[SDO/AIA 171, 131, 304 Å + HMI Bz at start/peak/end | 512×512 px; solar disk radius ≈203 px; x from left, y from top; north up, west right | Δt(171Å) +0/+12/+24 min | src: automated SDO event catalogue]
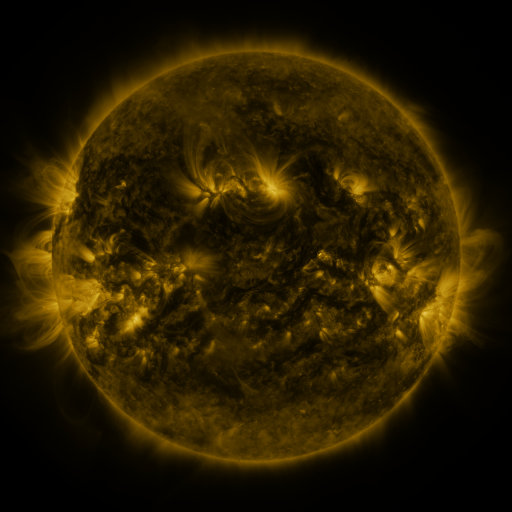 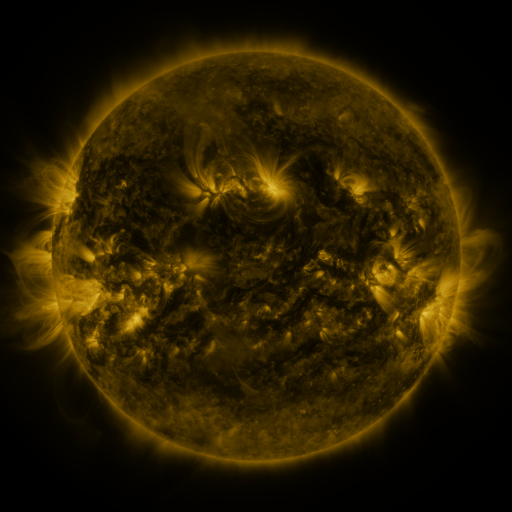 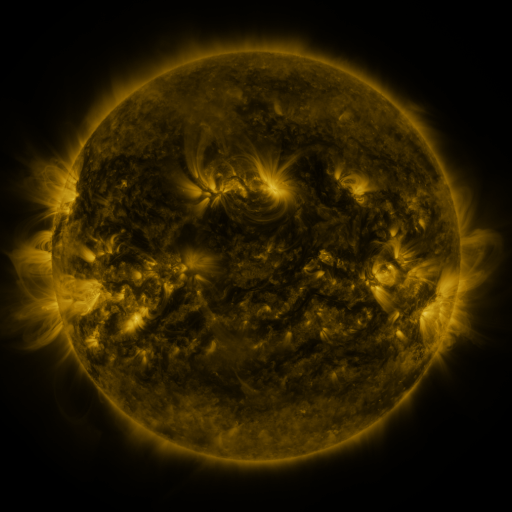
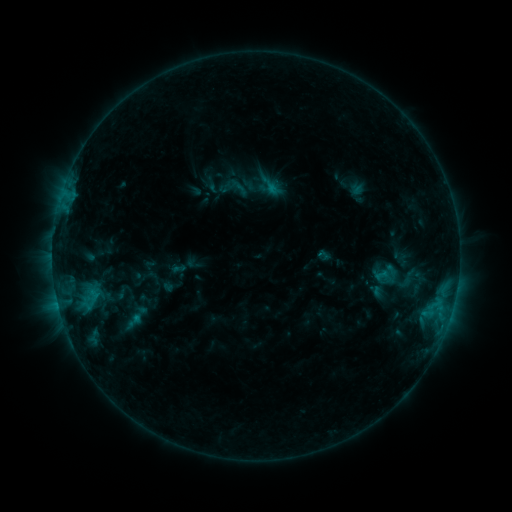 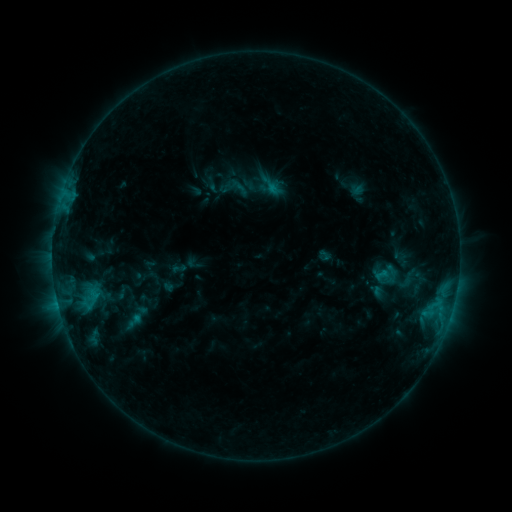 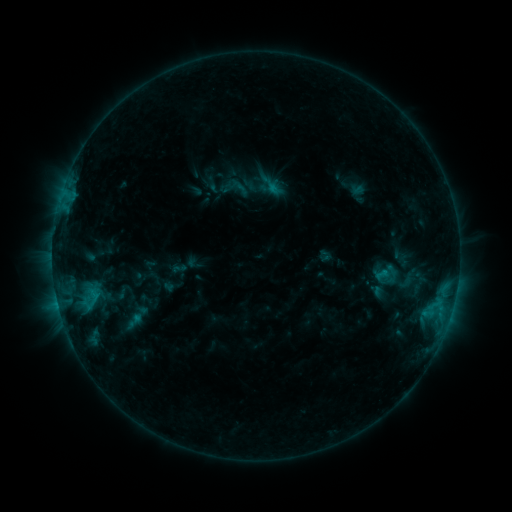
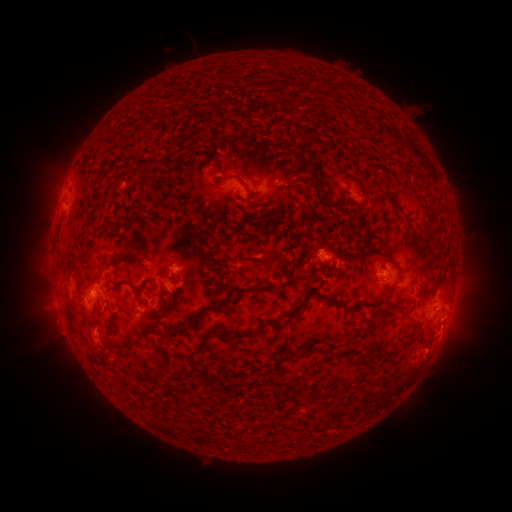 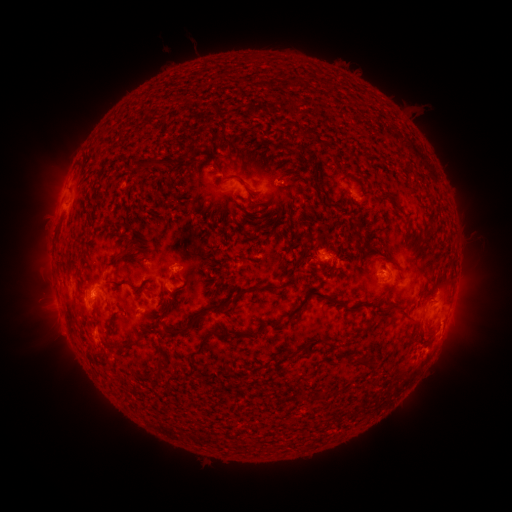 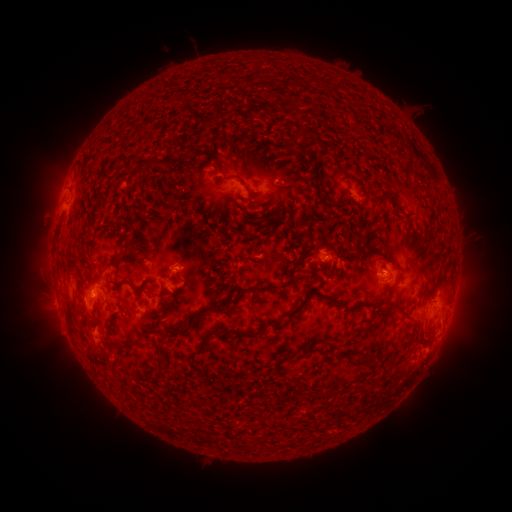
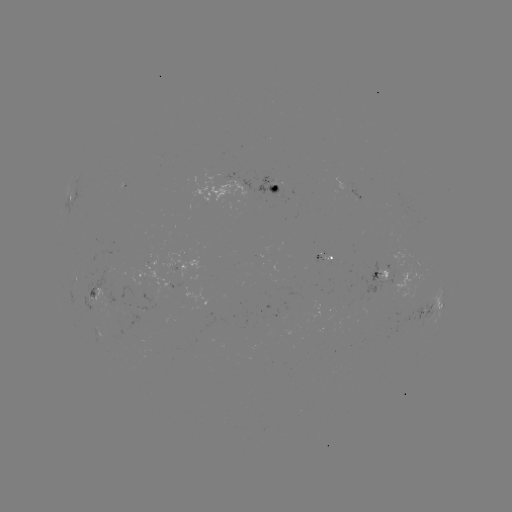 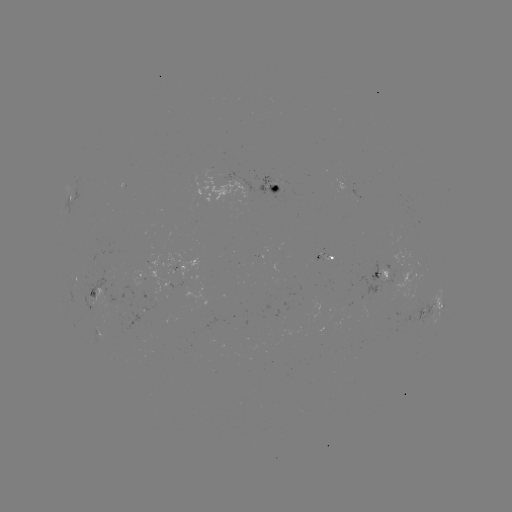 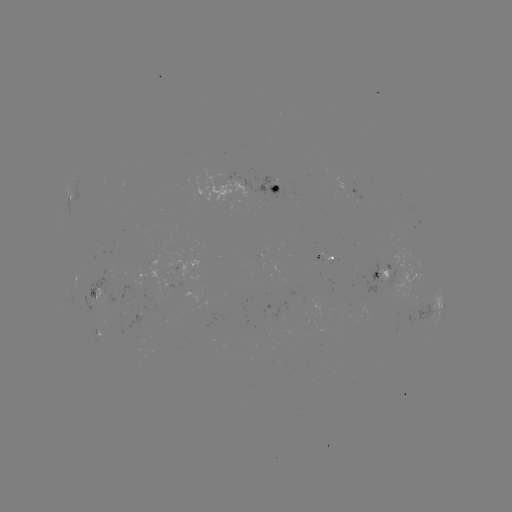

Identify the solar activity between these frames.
no catalogued flare and no flagged EUV brightening in this window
